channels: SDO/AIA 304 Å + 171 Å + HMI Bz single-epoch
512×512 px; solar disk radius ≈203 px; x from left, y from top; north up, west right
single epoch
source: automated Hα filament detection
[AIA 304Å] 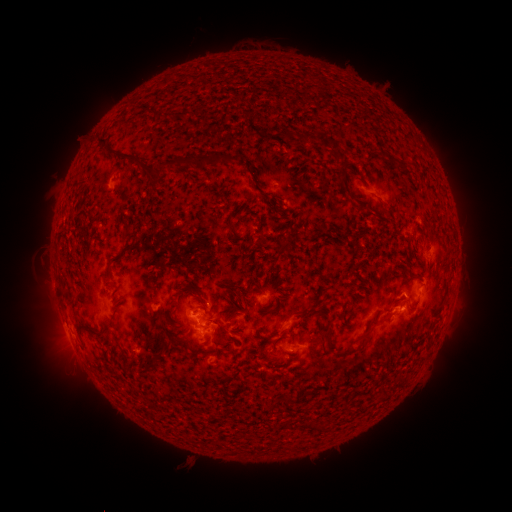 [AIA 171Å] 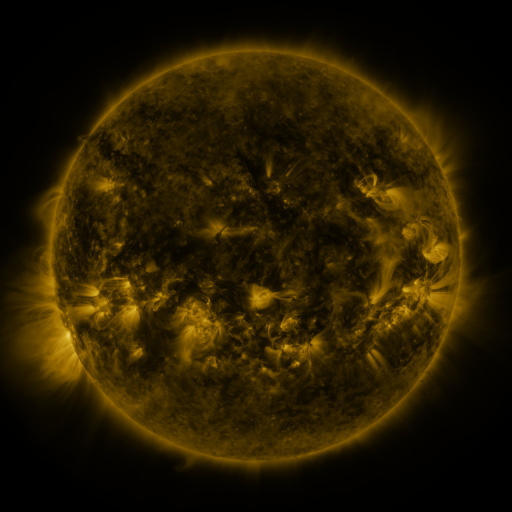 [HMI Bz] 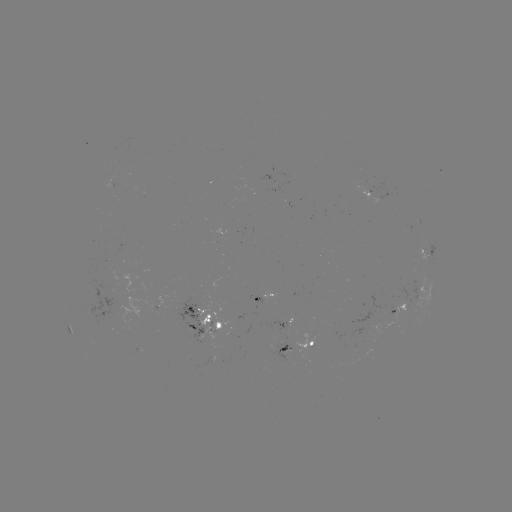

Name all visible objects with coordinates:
filament: (153, 111)
filament: (307, 136)
filament: (103, 140)
filament: (122, 155)
filament: (213, 158)
filament: (389, 159)
filament: (172, 161)
filament: (231, 223)
filament: (181, 291)
filament: (116, 310)
filament: (294, 313)
filament: (390, 319)
filament: (84, 324)
filament: (373, 325)
filament: (106, 327)
filament: (280, 338)
filament: (328, 341)
filament: (349, 353)
